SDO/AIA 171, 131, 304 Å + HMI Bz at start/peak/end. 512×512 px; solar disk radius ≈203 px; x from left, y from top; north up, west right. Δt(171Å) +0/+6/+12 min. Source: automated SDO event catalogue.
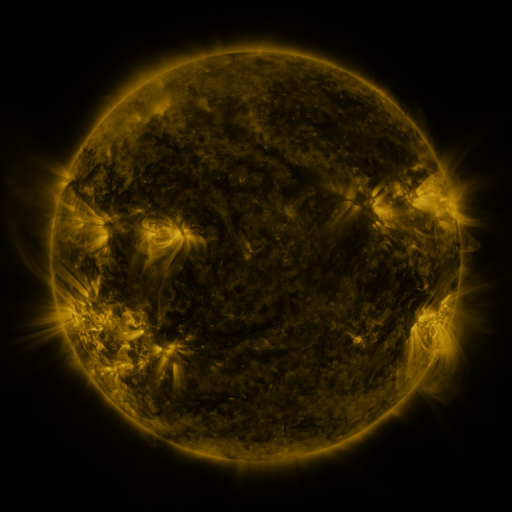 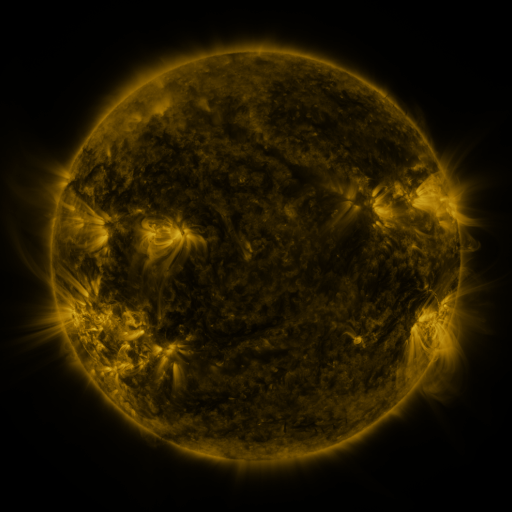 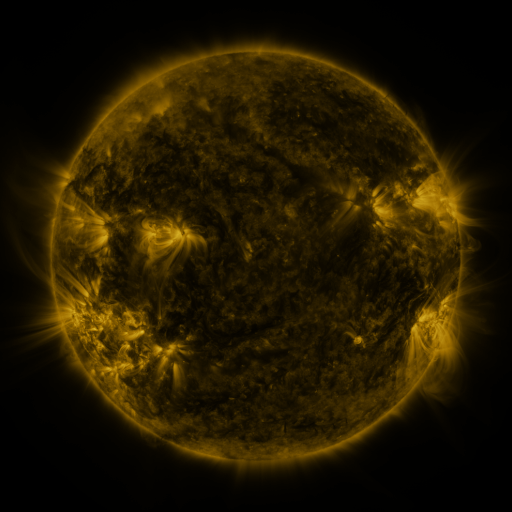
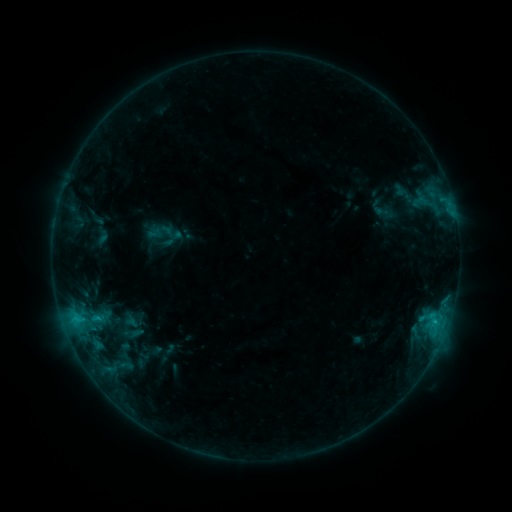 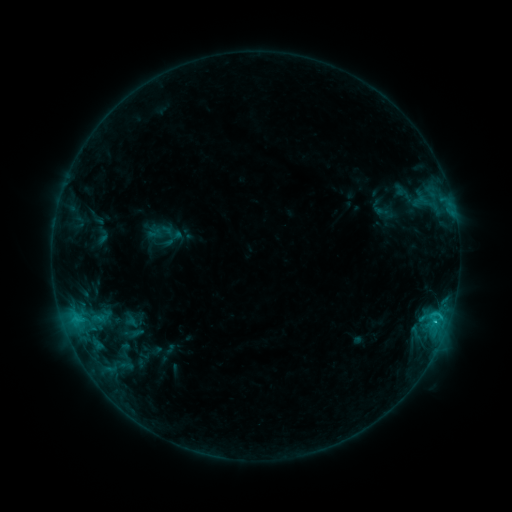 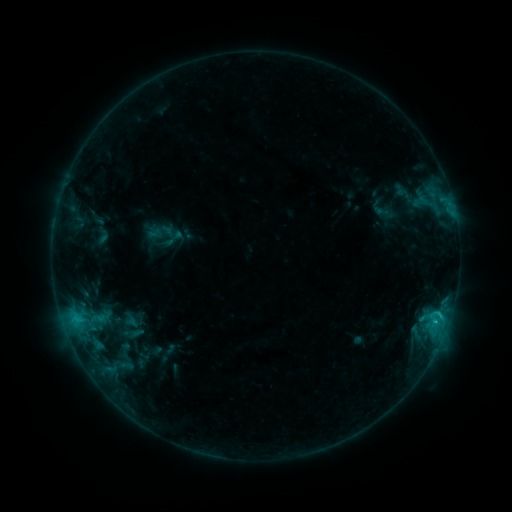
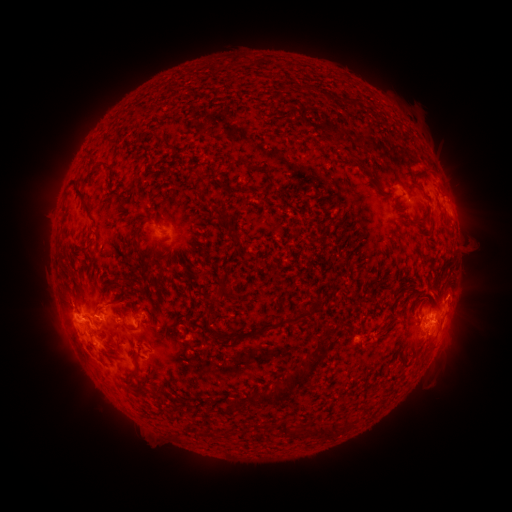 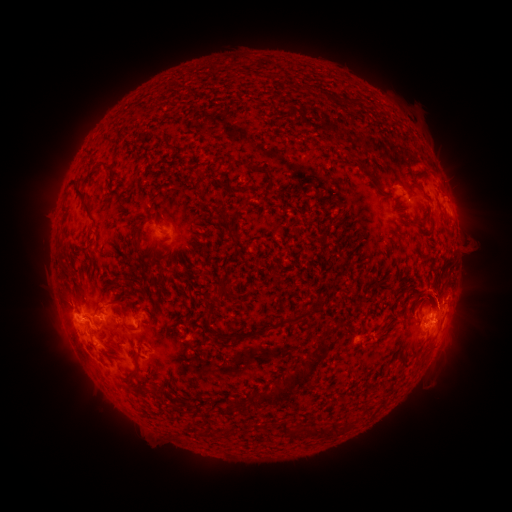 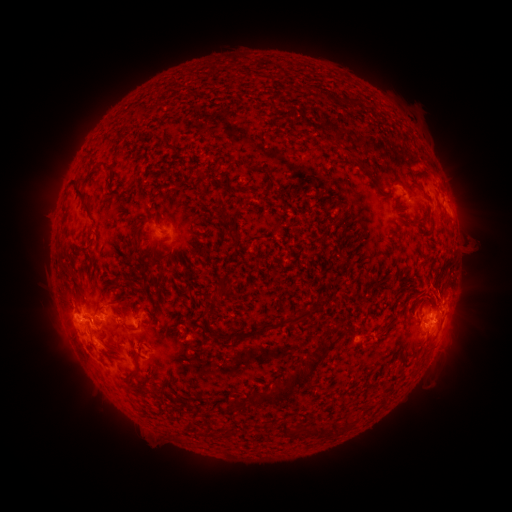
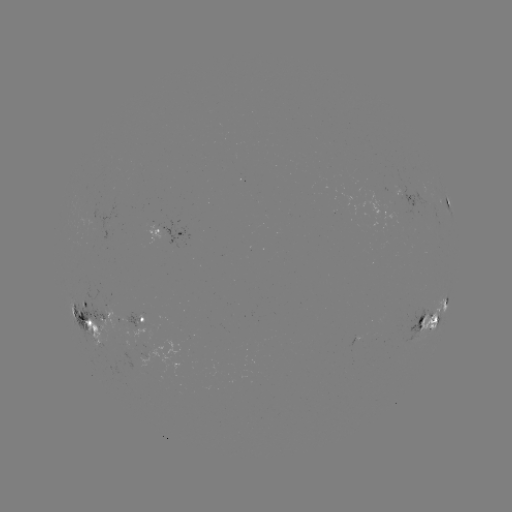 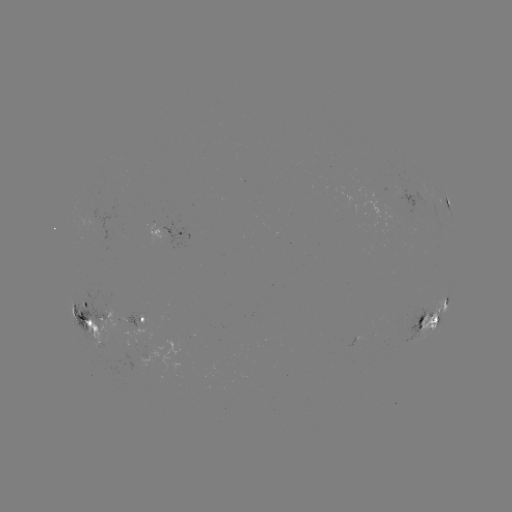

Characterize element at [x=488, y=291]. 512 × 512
eruption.